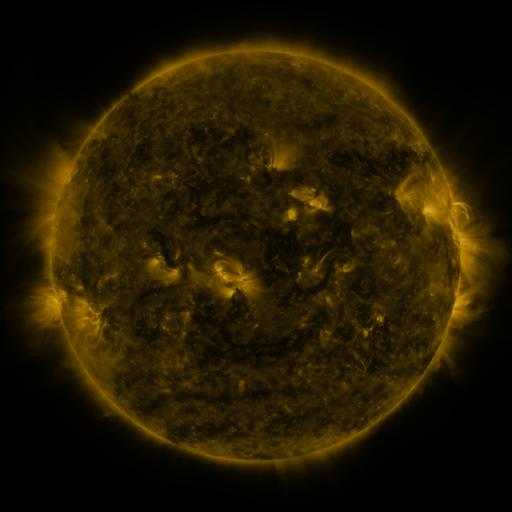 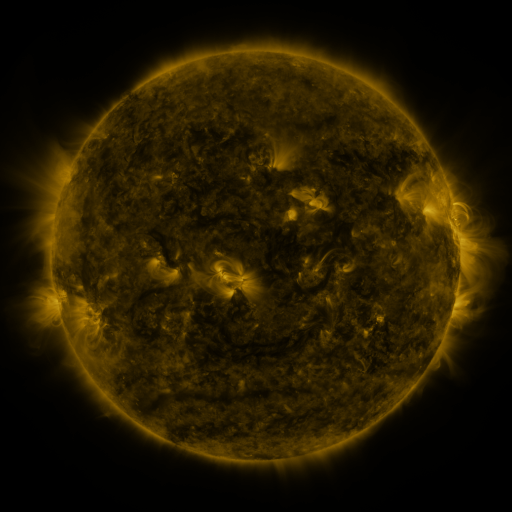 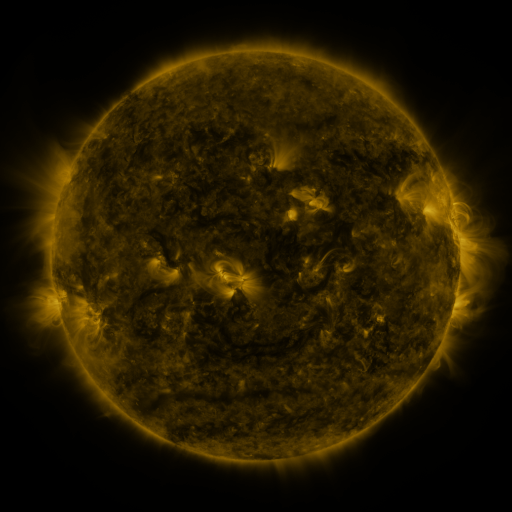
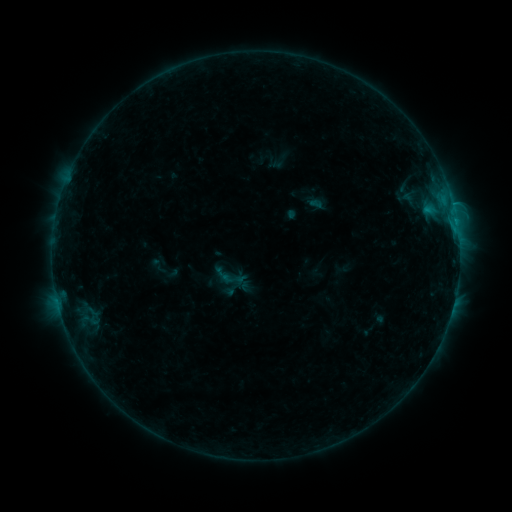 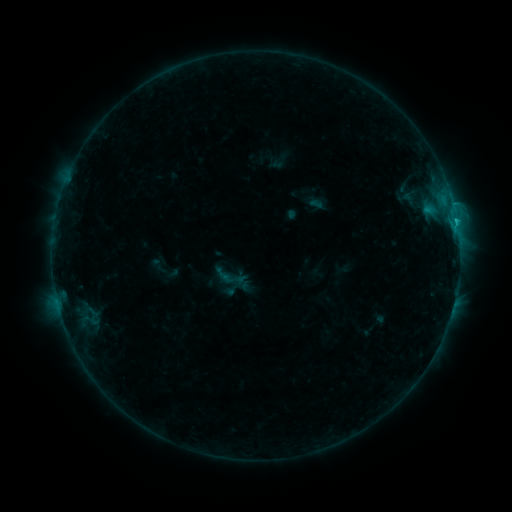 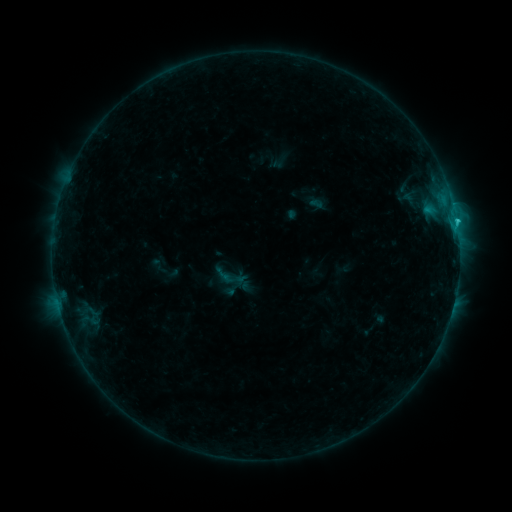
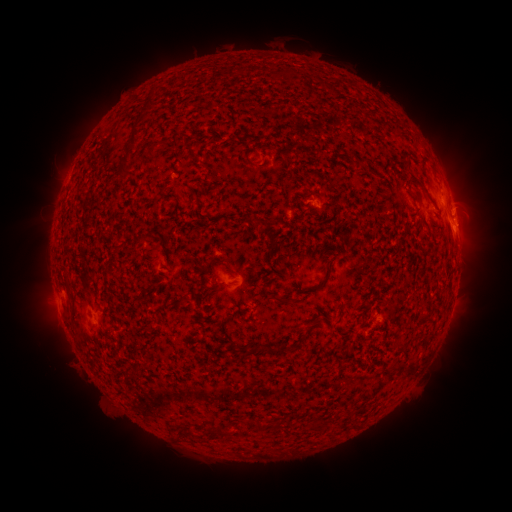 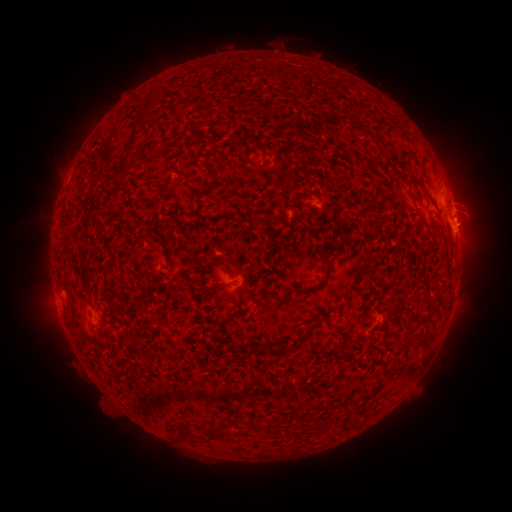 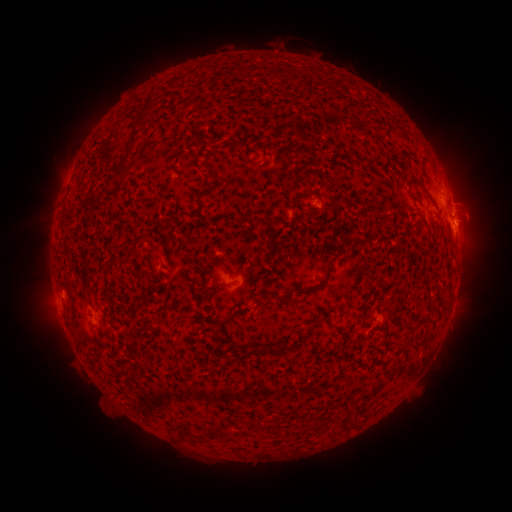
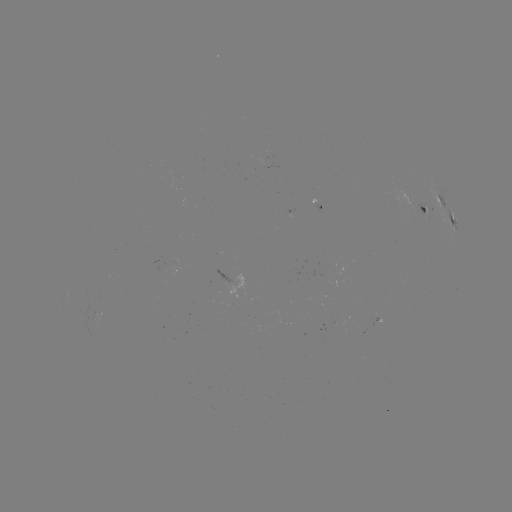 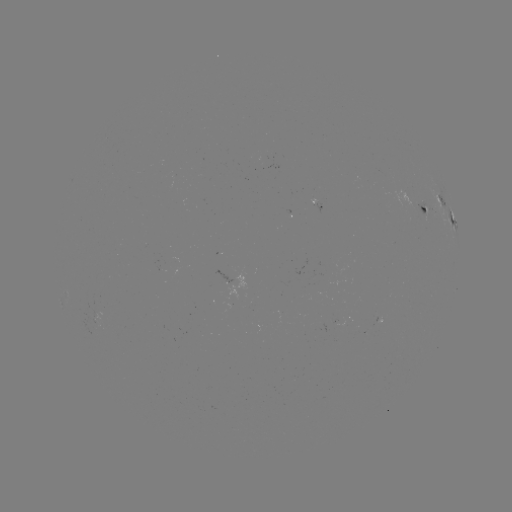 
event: flare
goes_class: C1.0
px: (455, 222)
